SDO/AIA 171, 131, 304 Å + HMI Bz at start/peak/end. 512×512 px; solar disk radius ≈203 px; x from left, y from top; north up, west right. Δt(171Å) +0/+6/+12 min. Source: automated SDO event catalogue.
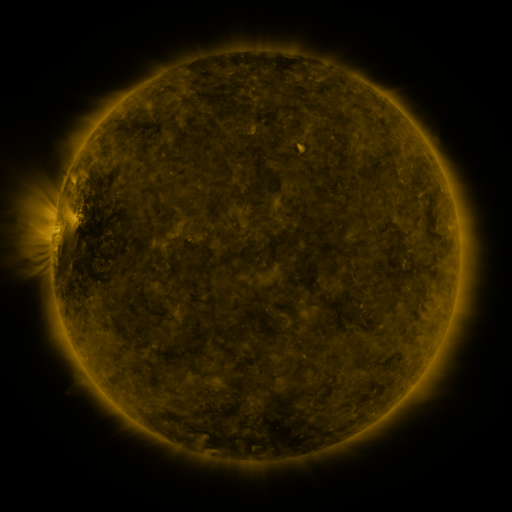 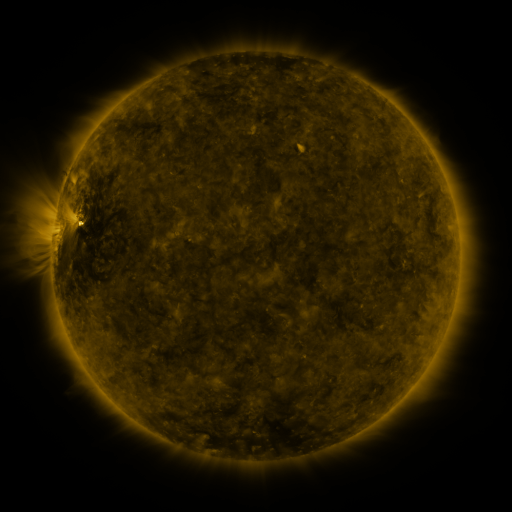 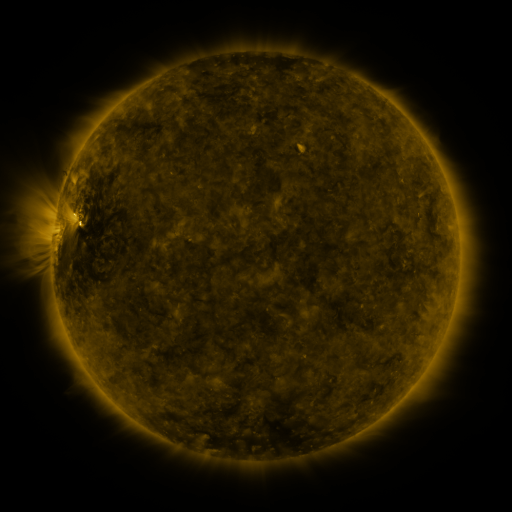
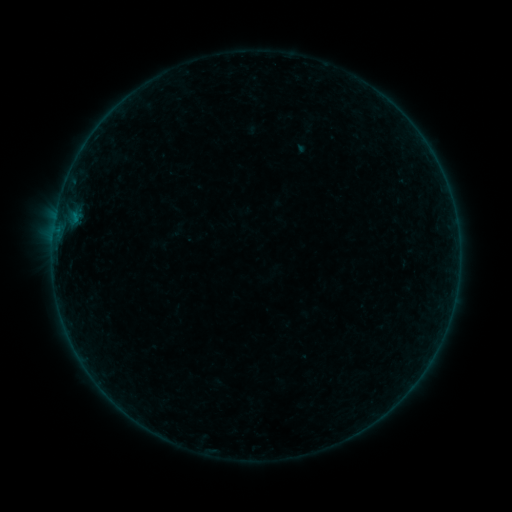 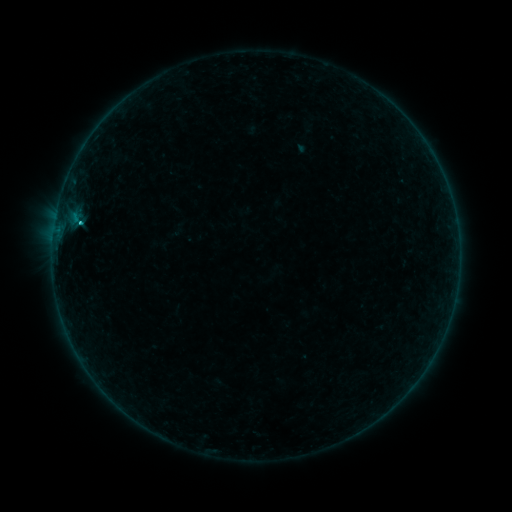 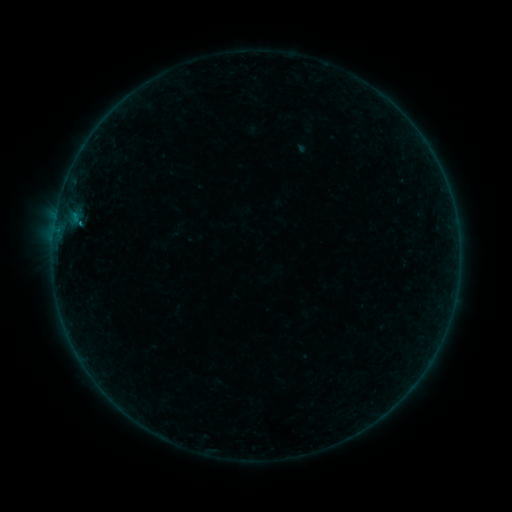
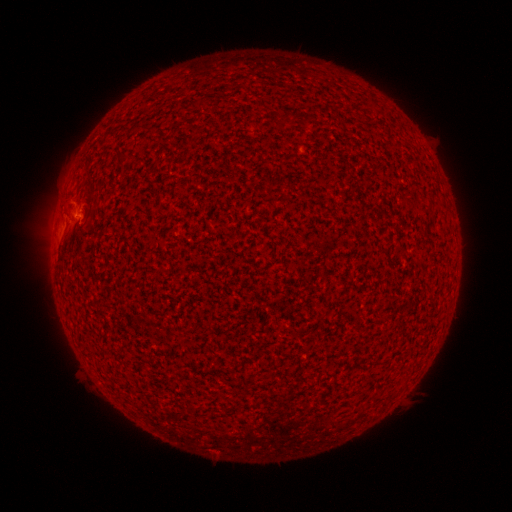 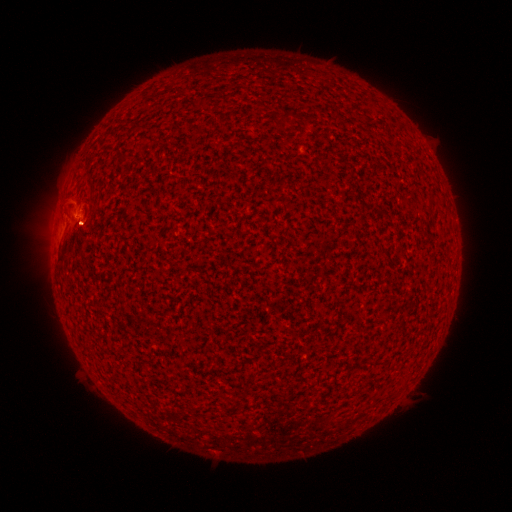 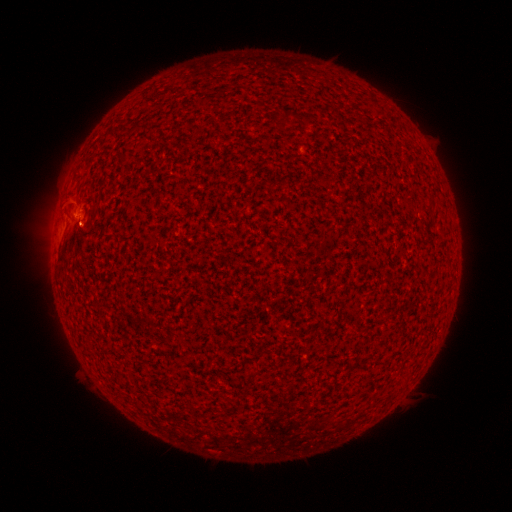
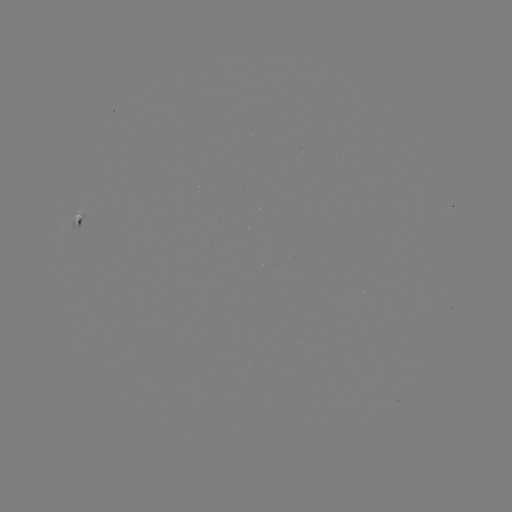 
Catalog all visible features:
B7.5 flare: (80, 224)
